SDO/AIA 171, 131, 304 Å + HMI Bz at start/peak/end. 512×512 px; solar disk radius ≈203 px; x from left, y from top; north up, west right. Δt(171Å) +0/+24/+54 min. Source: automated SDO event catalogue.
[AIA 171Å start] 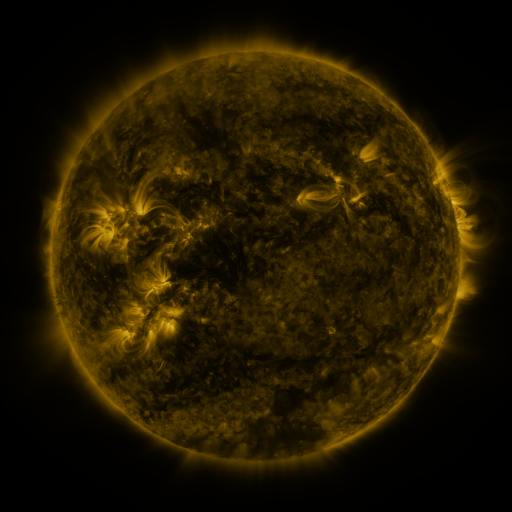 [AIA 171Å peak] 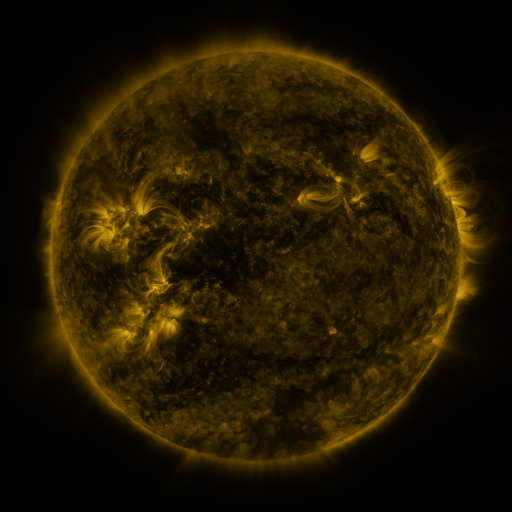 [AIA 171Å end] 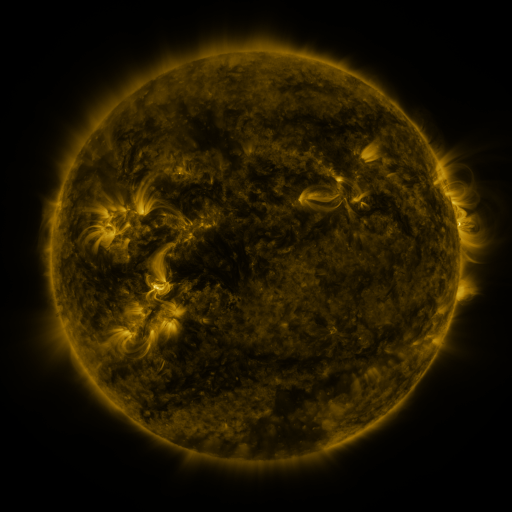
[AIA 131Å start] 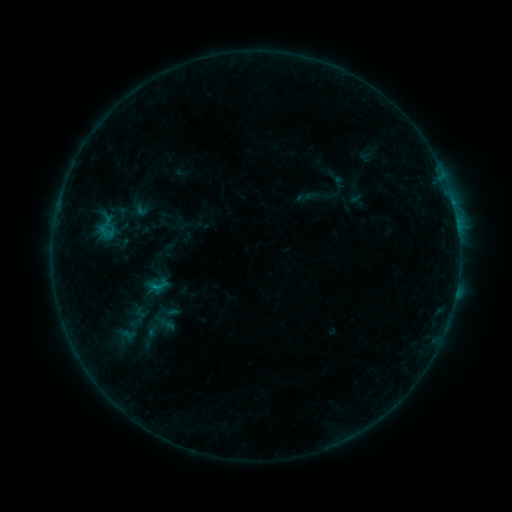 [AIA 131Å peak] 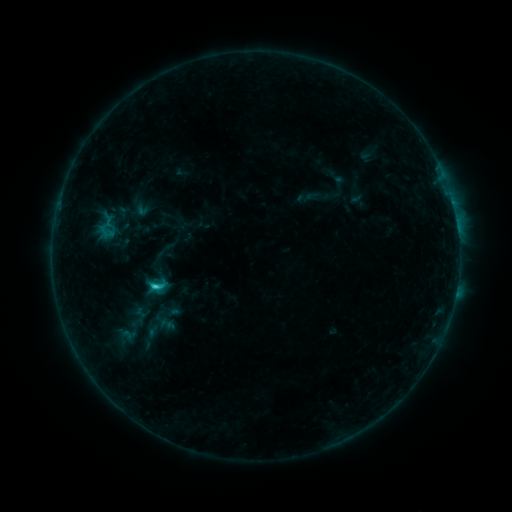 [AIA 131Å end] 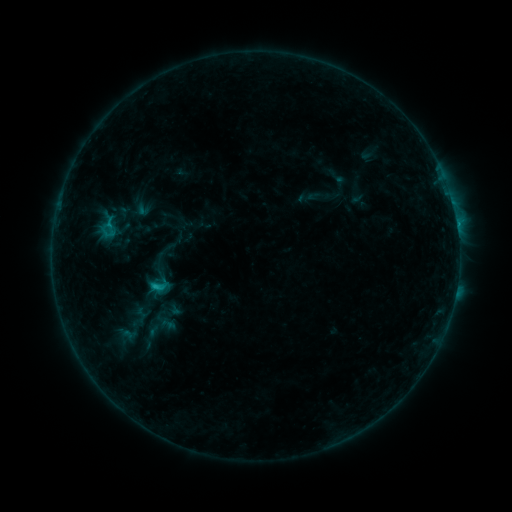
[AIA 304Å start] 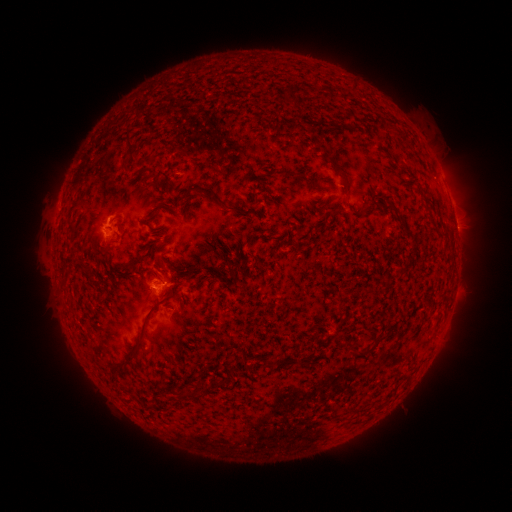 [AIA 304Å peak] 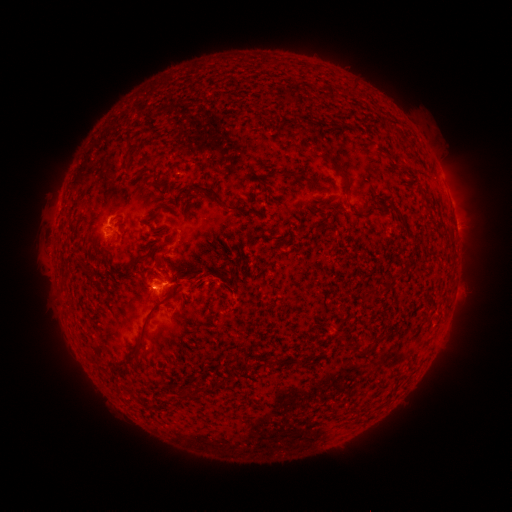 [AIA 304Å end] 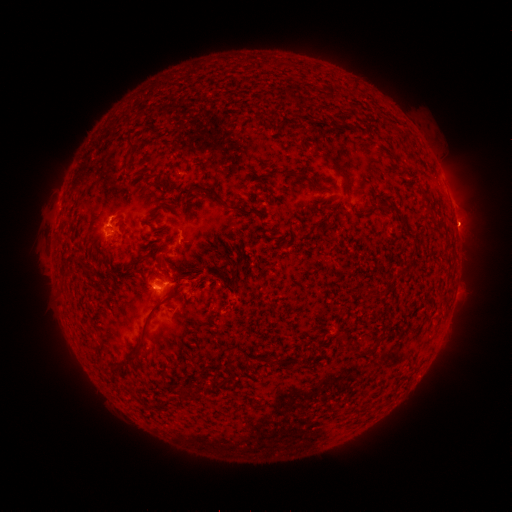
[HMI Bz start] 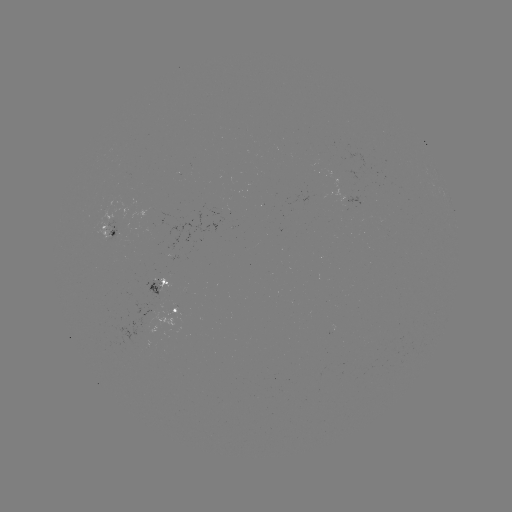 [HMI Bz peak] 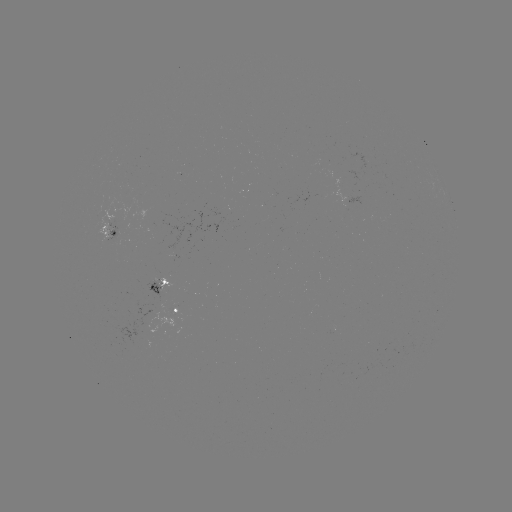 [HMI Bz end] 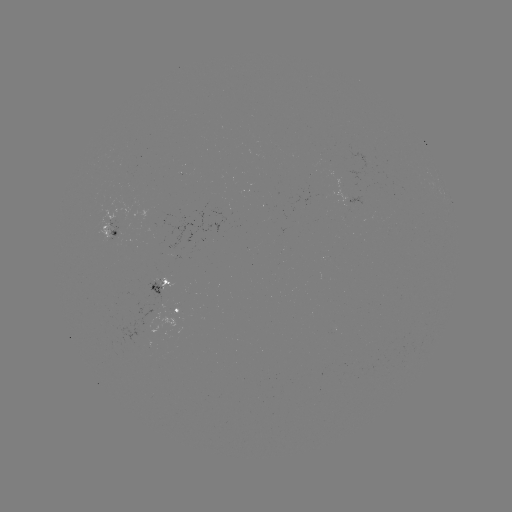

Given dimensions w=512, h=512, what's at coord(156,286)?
C1.4 flare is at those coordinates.